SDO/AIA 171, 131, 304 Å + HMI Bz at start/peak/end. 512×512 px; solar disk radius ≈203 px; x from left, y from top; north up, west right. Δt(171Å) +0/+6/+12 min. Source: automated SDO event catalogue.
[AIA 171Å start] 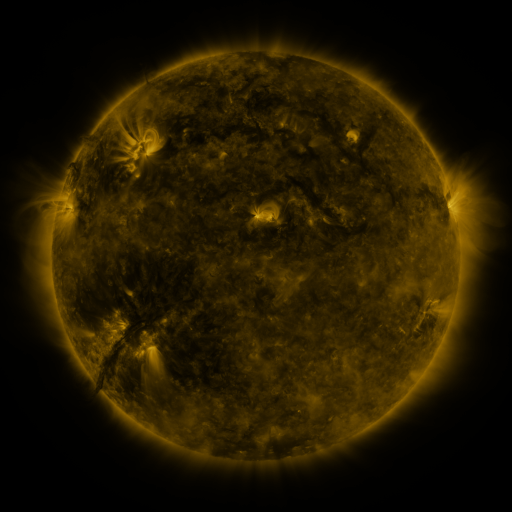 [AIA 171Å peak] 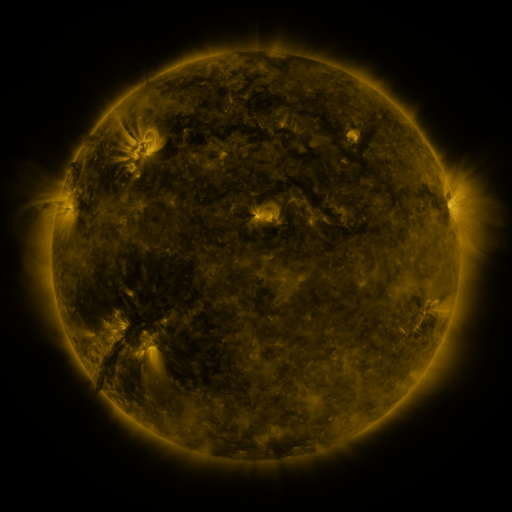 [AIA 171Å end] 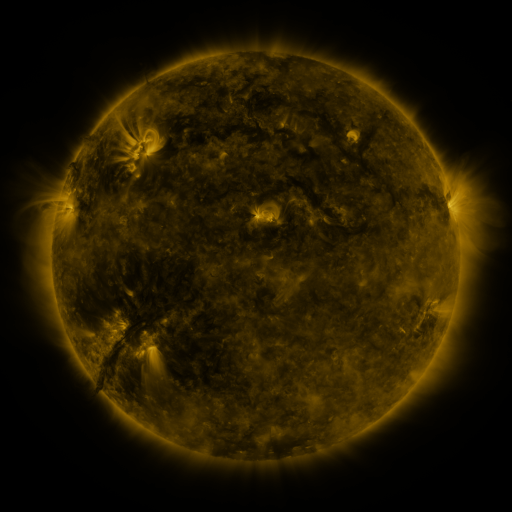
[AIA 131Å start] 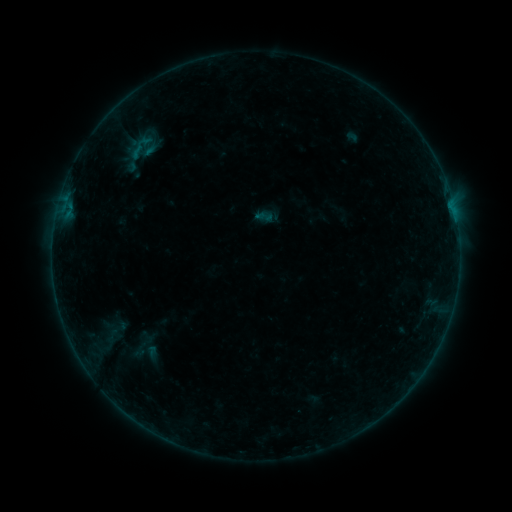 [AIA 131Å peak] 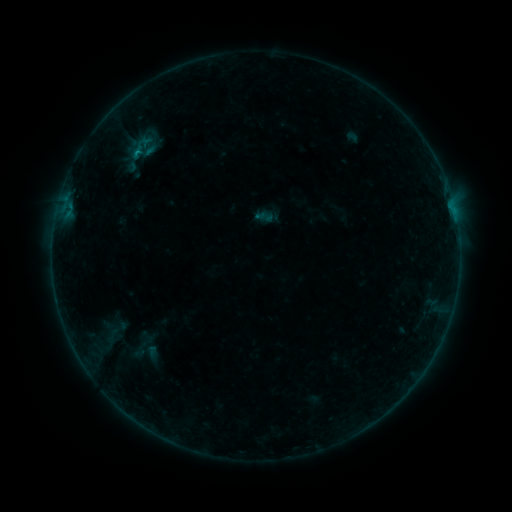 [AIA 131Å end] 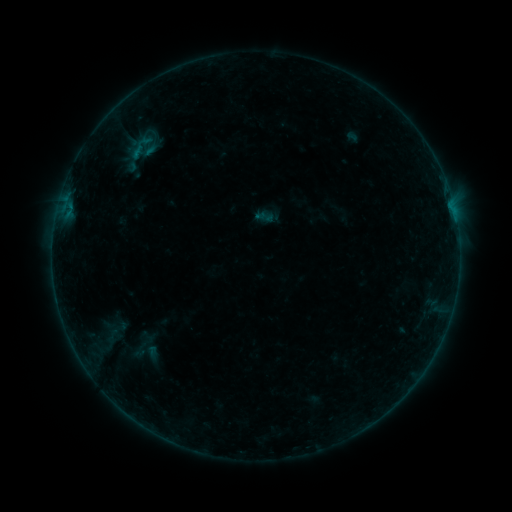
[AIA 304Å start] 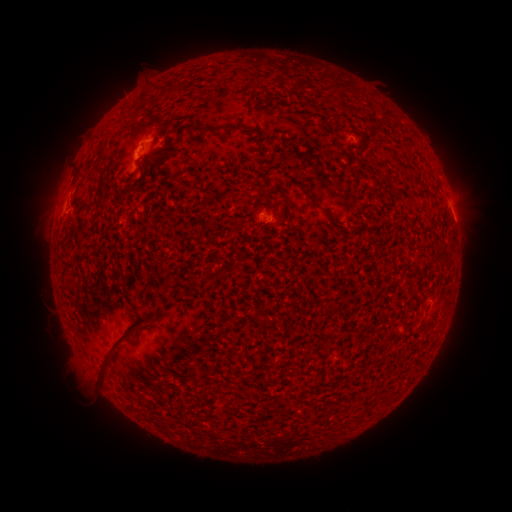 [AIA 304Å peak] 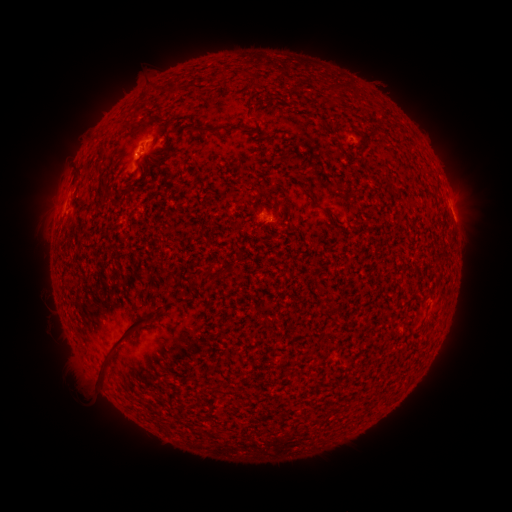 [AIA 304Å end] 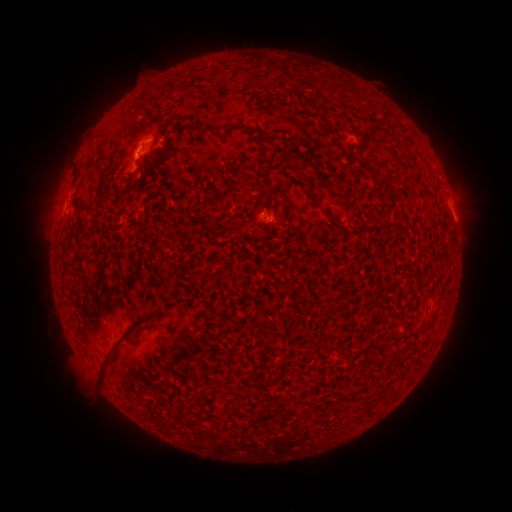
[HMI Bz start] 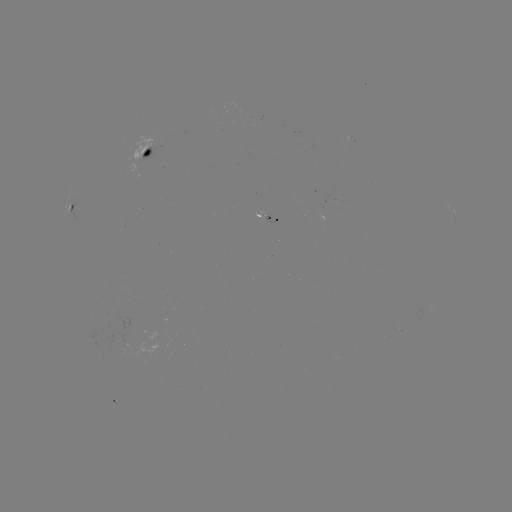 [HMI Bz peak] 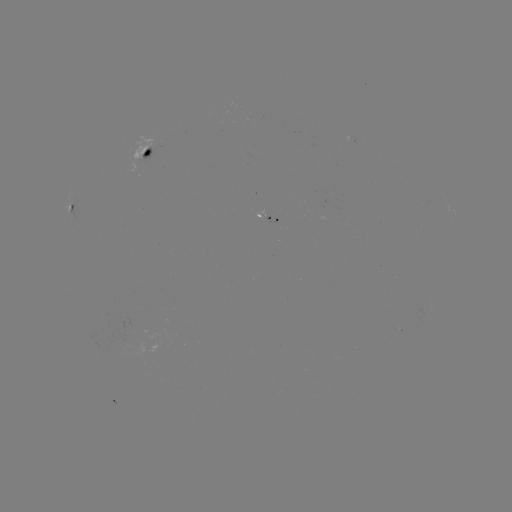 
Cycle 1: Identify B2.3 flare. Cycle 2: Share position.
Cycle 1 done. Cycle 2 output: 147,142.